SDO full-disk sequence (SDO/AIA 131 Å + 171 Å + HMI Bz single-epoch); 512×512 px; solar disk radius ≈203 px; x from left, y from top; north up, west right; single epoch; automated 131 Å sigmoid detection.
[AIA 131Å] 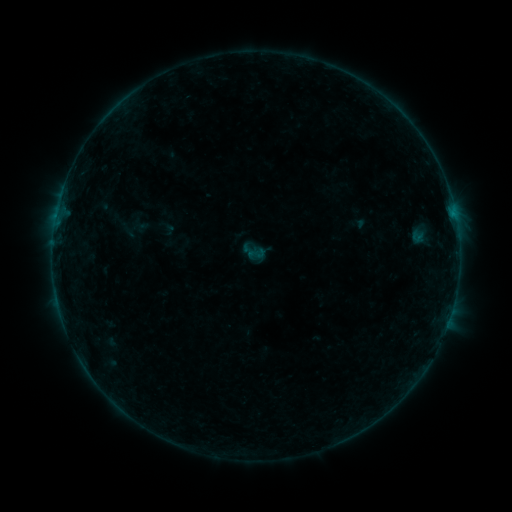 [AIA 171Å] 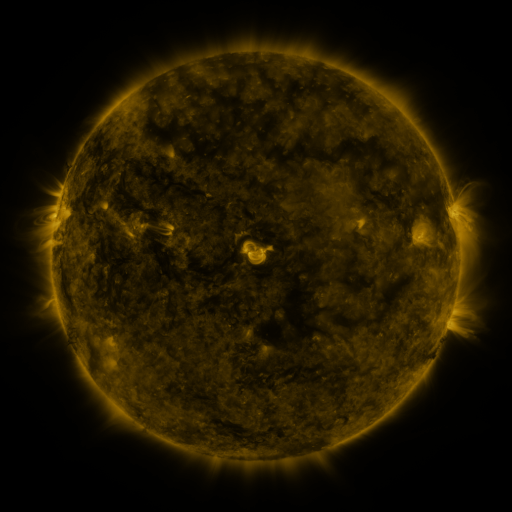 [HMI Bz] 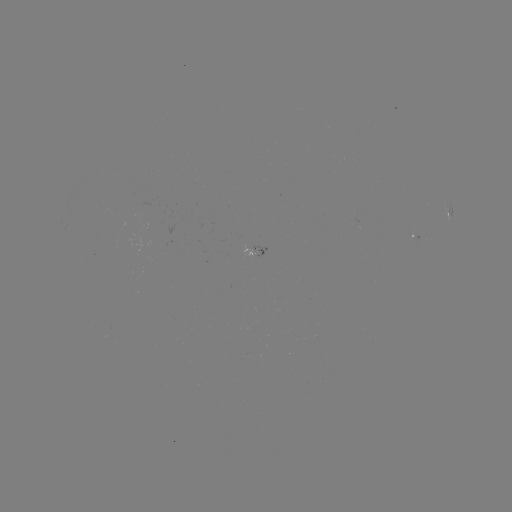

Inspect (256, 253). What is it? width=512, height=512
sigmoid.